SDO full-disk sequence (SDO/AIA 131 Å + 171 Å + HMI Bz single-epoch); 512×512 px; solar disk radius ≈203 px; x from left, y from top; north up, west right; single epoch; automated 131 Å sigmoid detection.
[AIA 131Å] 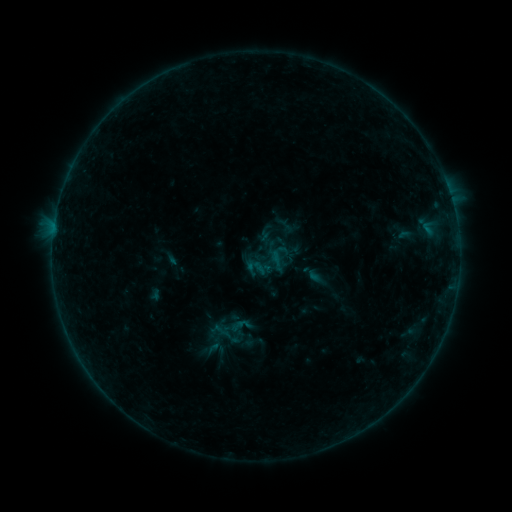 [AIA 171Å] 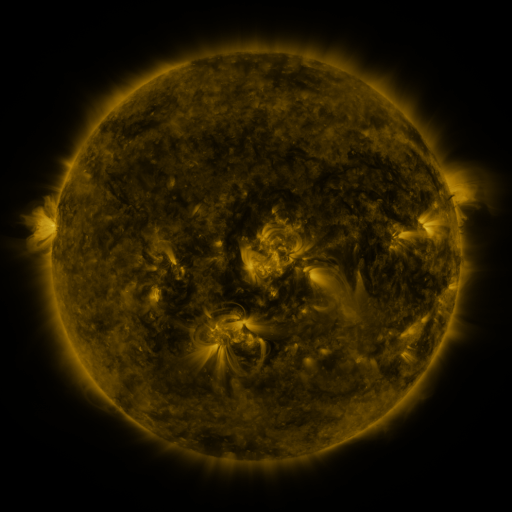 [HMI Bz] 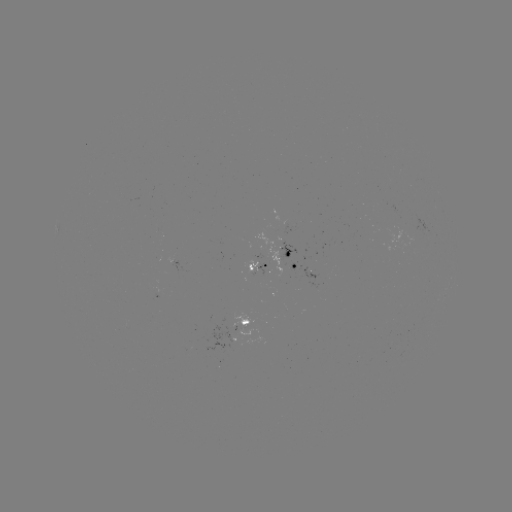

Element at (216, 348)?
sigmoid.